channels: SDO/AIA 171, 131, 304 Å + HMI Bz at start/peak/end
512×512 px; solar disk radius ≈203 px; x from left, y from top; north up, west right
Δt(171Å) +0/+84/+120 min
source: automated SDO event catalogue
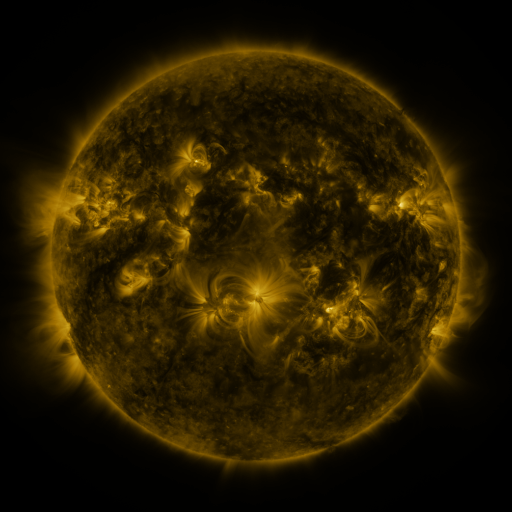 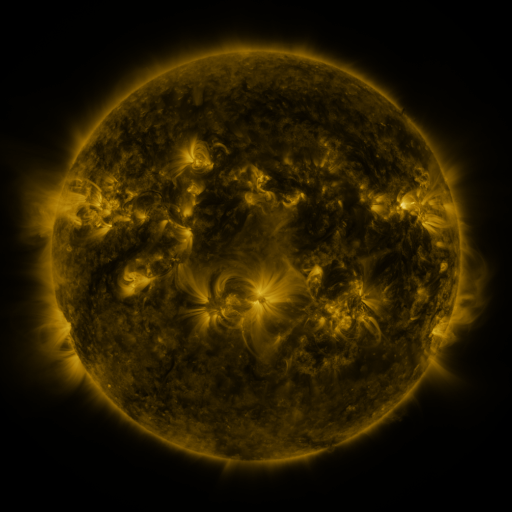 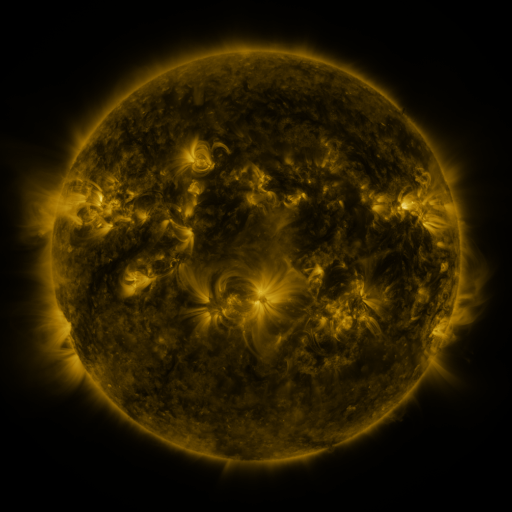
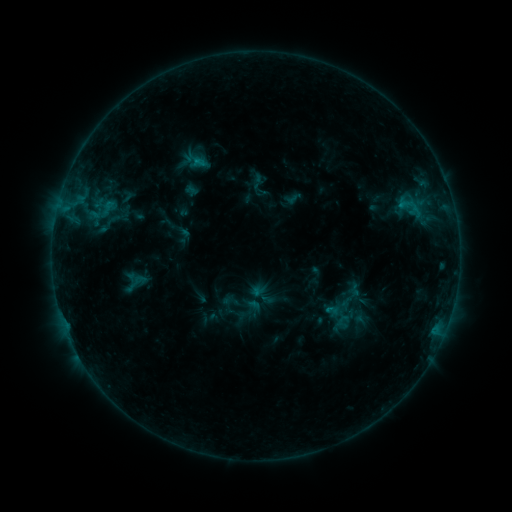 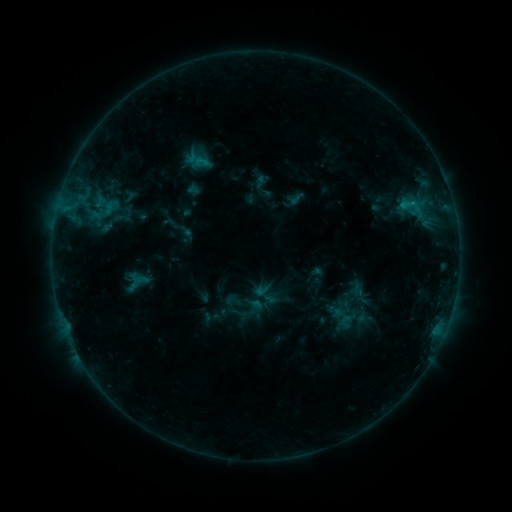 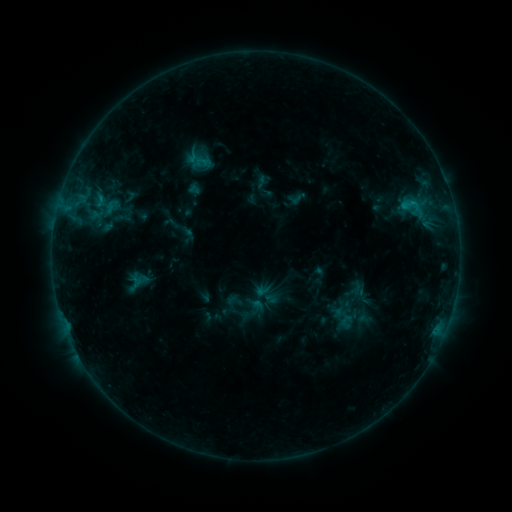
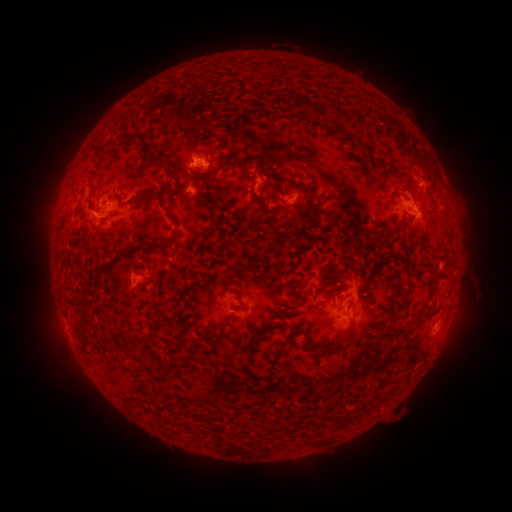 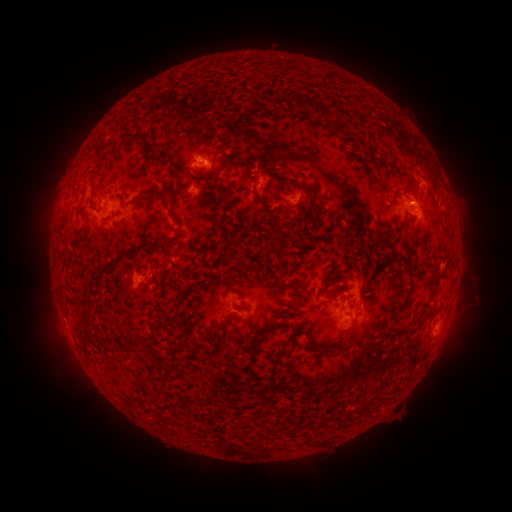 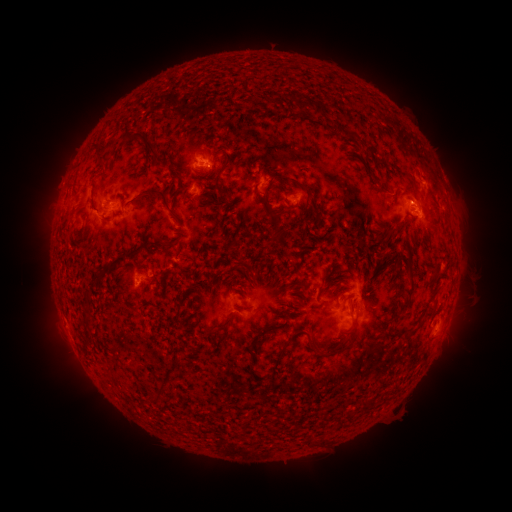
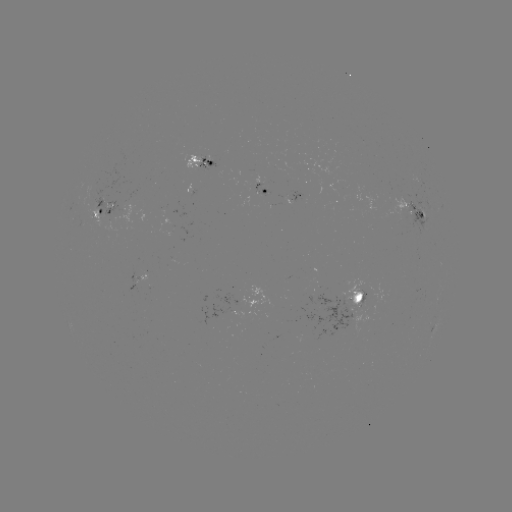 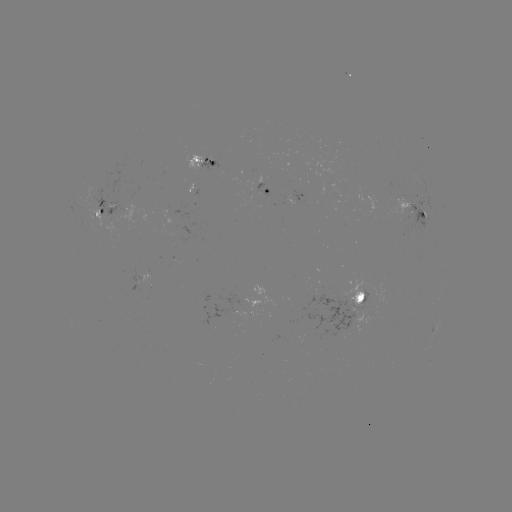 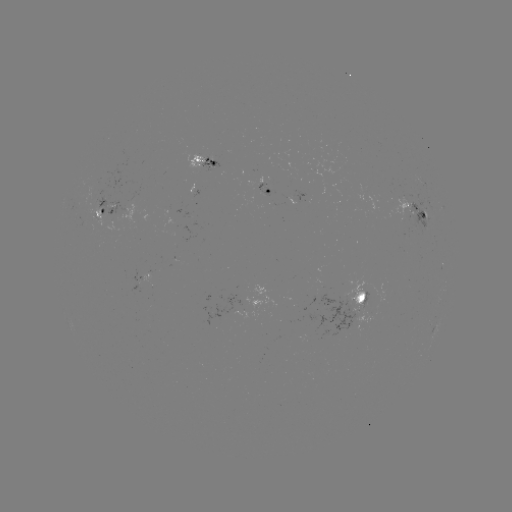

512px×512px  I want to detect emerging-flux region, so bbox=[130, 267, 142, 284].